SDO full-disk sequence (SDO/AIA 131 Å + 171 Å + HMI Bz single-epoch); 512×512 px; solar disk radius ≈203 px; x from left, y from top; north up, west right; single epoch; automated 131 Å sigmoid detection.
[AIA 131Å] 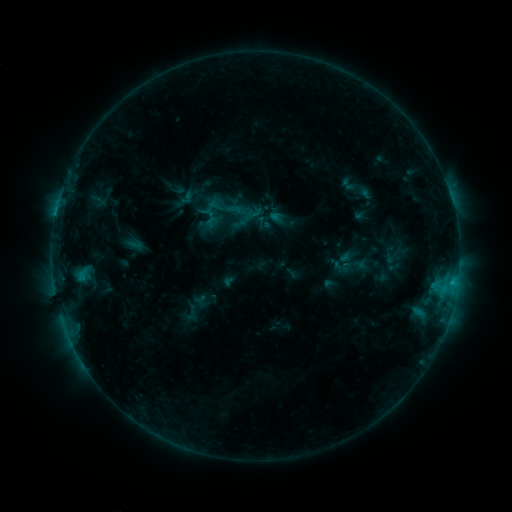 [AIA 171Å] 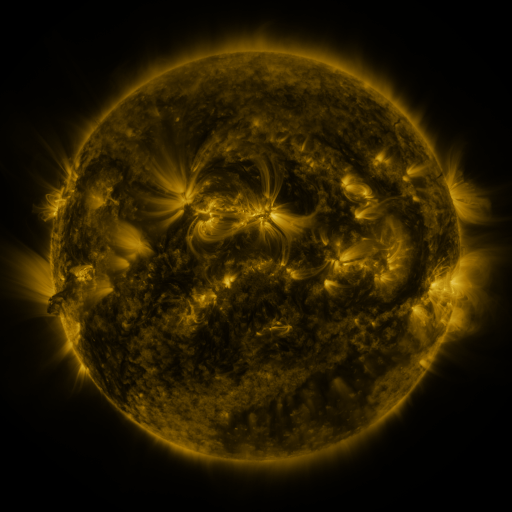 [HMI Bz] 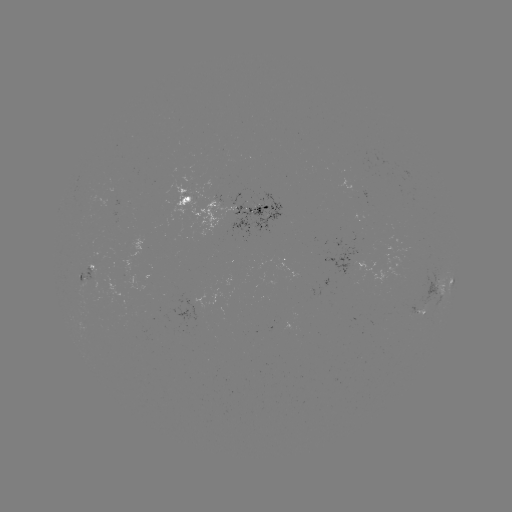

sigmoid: (199, 184, 222, 208)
